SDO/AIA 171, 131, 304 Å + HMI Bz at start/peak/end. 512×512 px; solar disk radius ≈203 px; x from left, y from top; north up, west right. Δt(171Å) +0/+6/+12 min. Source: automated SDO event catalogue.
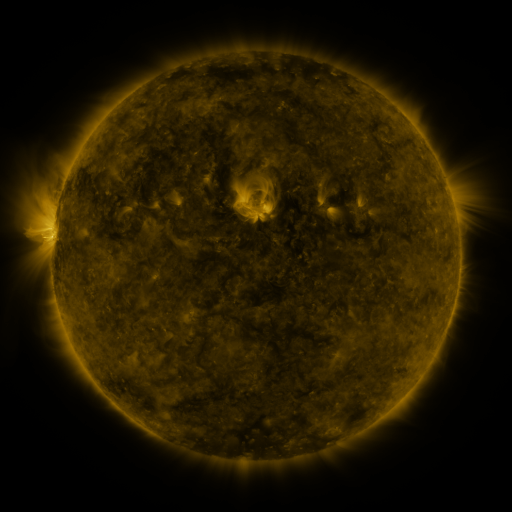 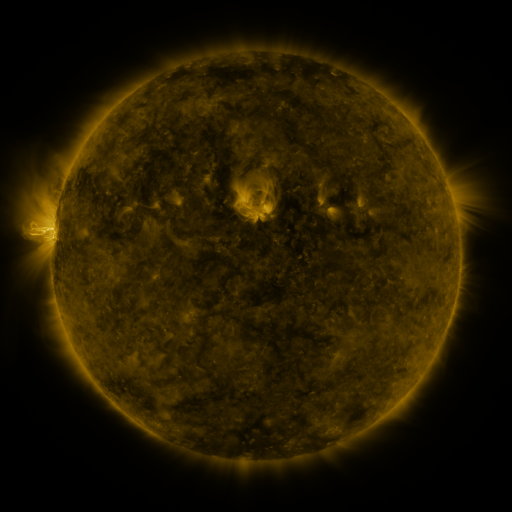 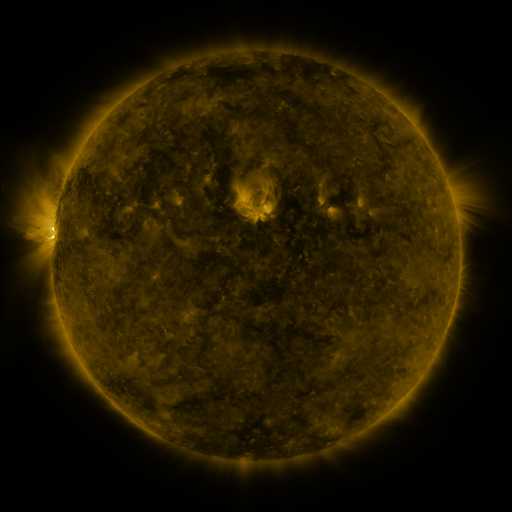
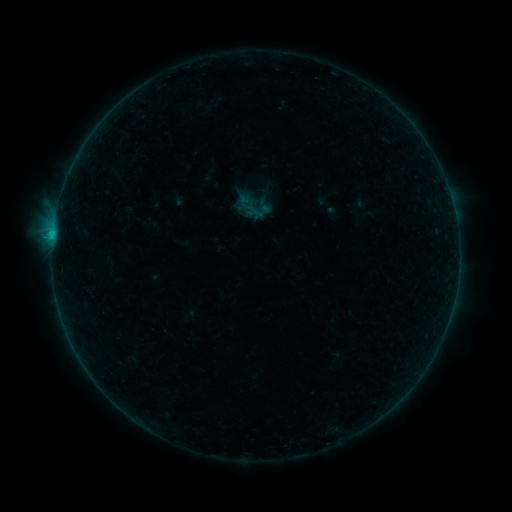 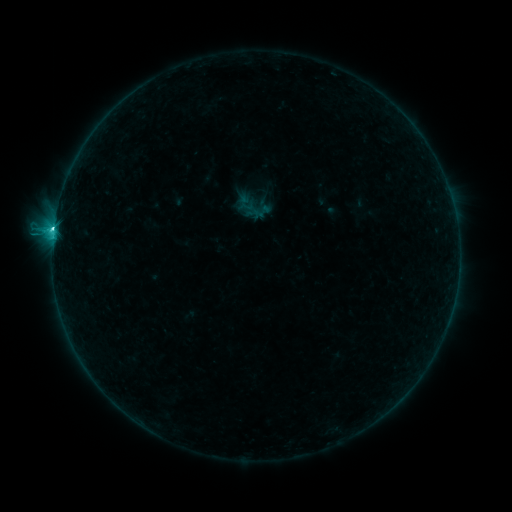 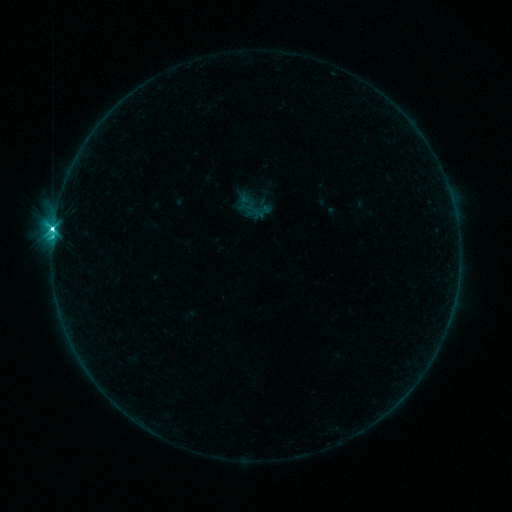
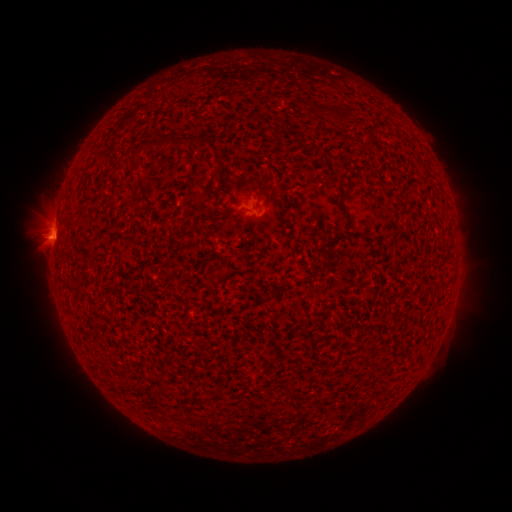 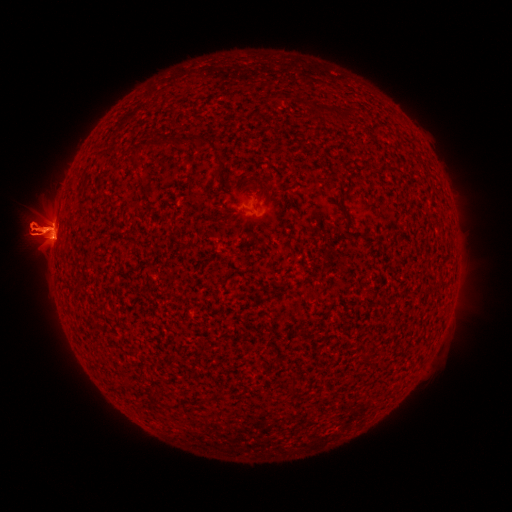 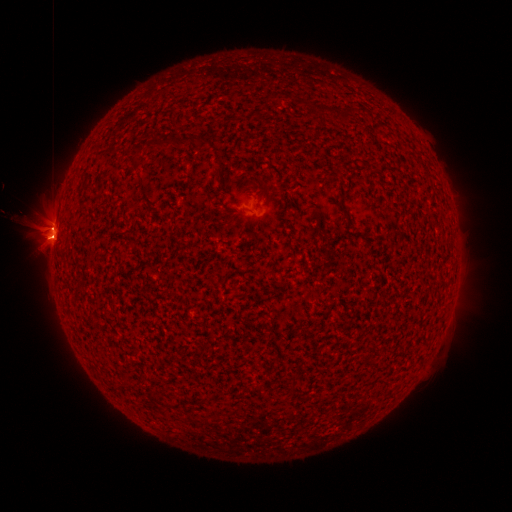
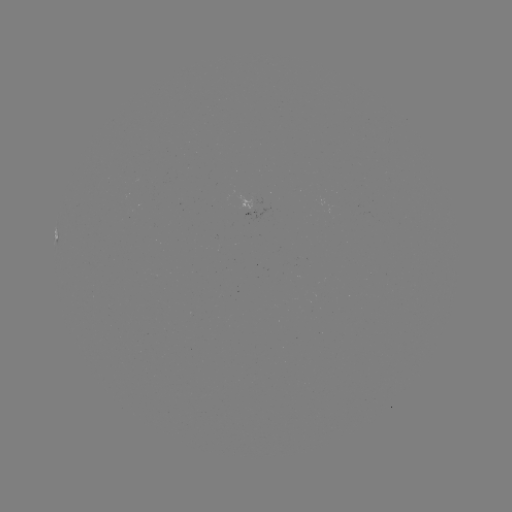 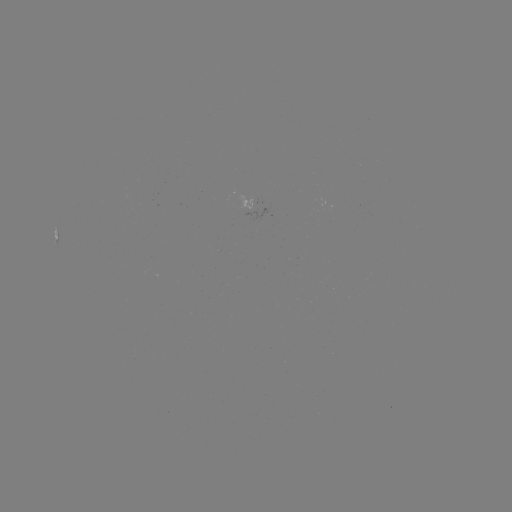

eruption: <bbox>0, 167, 97, 287</bbox>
